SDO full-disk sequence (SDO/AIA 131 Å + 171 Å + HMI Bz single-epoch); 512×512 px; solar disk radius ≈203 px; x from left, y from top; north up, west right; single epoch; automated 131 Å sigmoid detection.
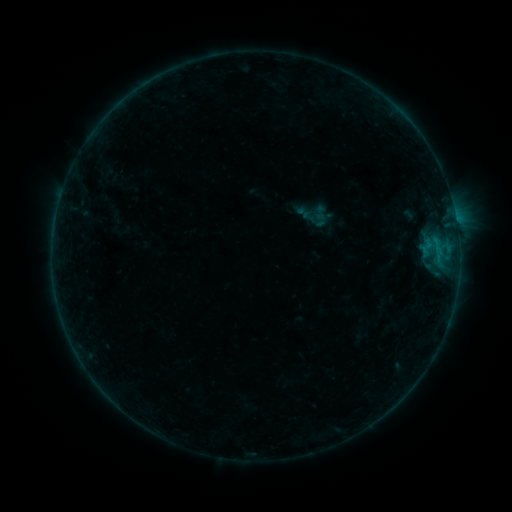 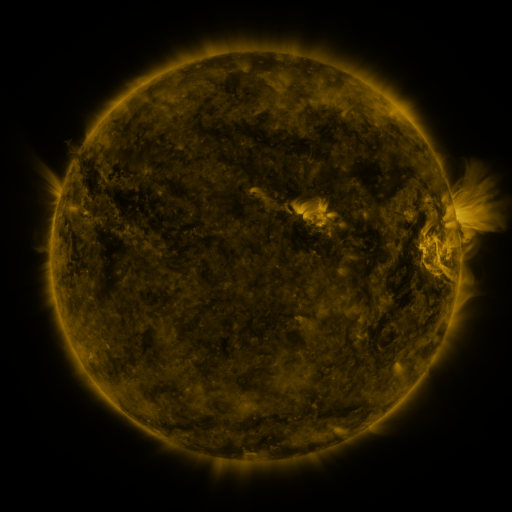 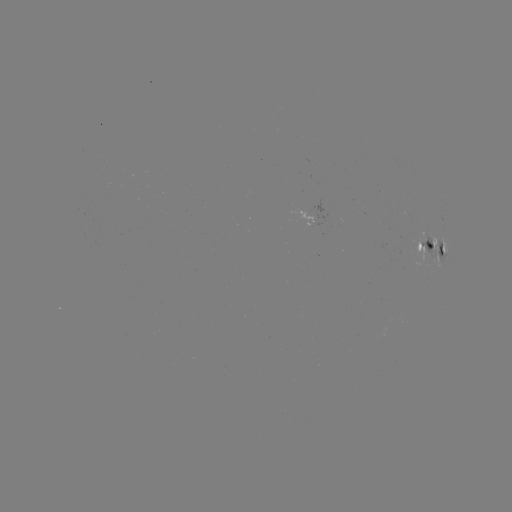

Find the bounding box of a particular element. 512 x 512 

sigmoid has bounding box [310, 204, 331, 221].